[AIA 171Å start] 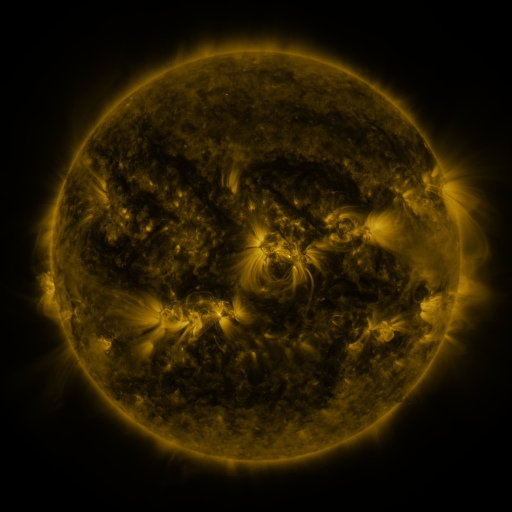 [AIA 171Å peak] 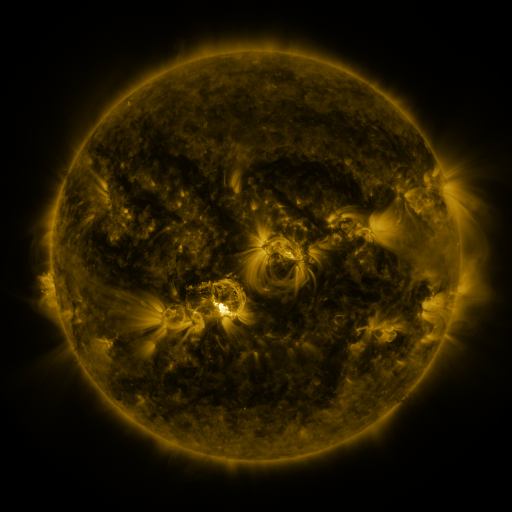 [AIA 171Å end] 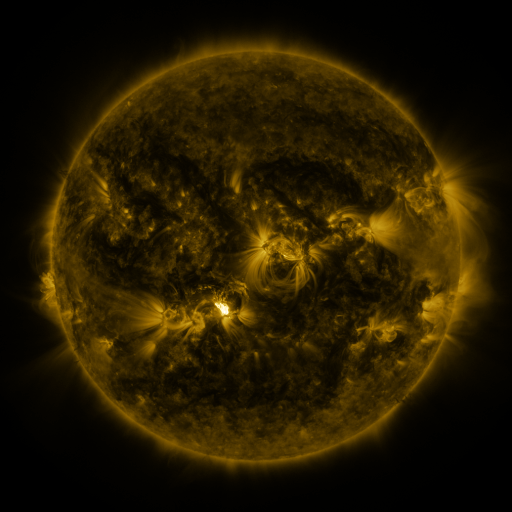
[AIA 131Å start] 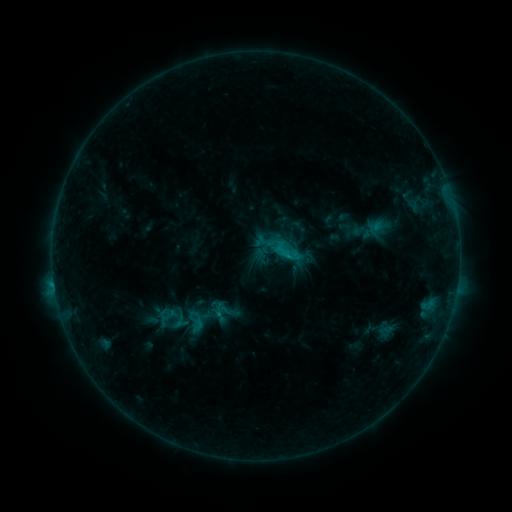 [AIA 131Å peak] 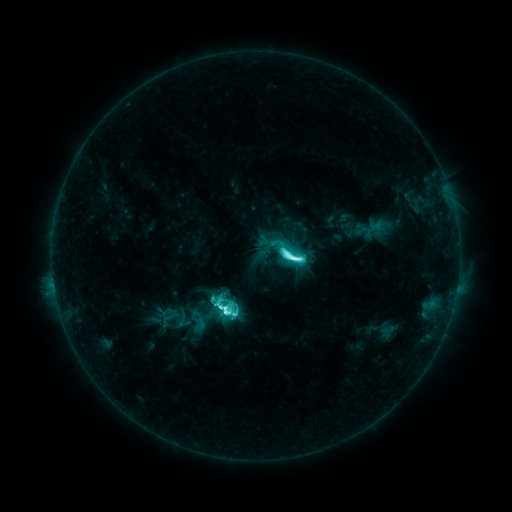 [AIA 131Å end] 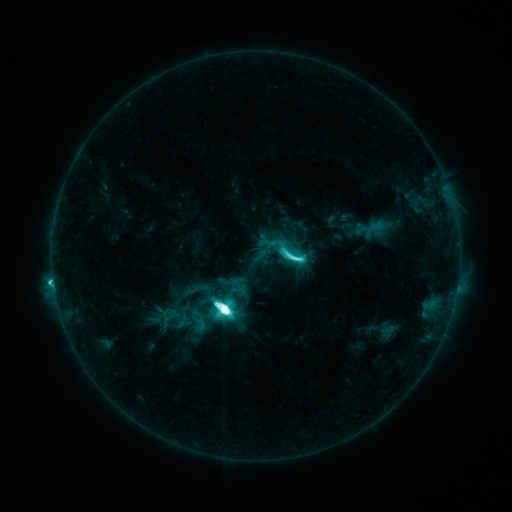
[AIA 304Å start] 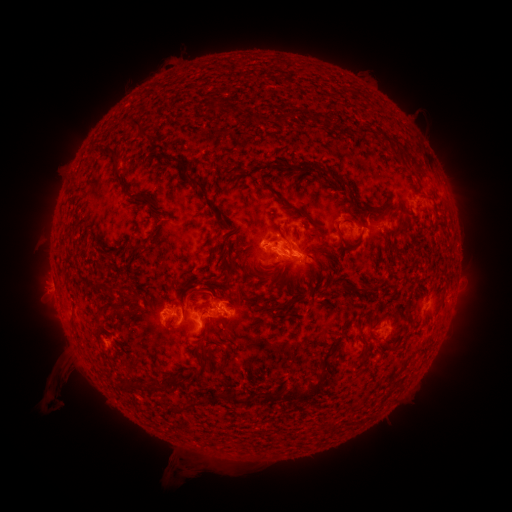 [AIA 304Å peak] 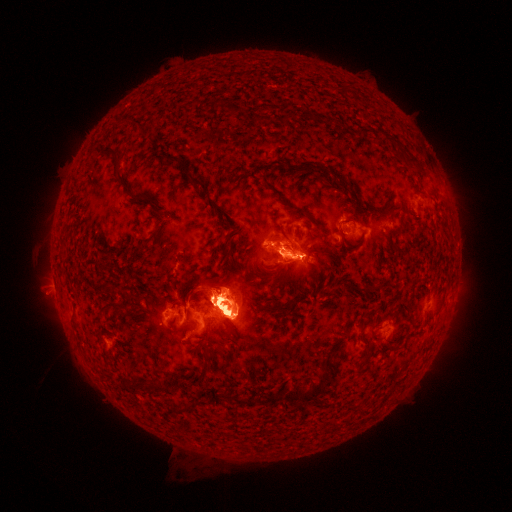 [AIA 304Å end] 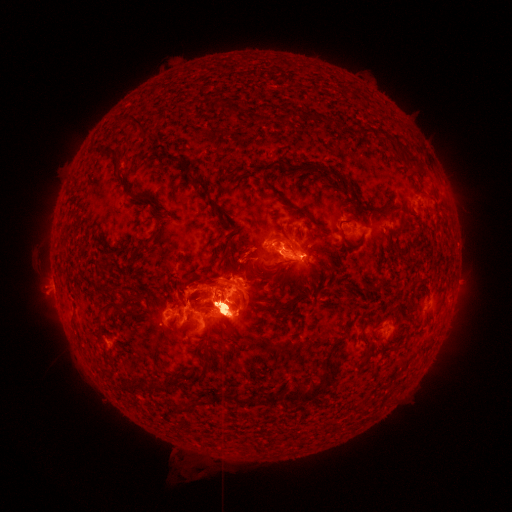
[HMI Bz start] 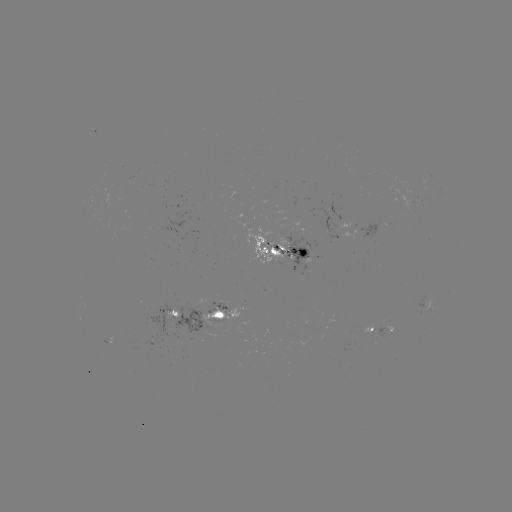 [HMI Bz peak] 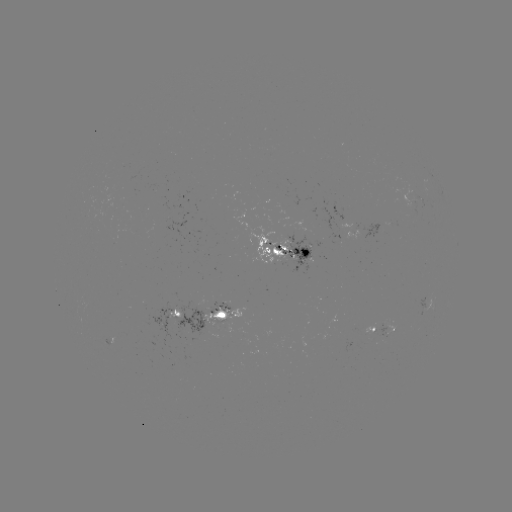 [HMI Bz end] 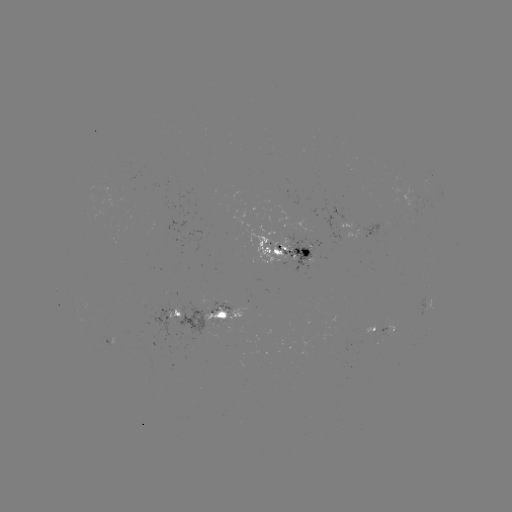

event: emerging-flux region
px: (413, 207)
